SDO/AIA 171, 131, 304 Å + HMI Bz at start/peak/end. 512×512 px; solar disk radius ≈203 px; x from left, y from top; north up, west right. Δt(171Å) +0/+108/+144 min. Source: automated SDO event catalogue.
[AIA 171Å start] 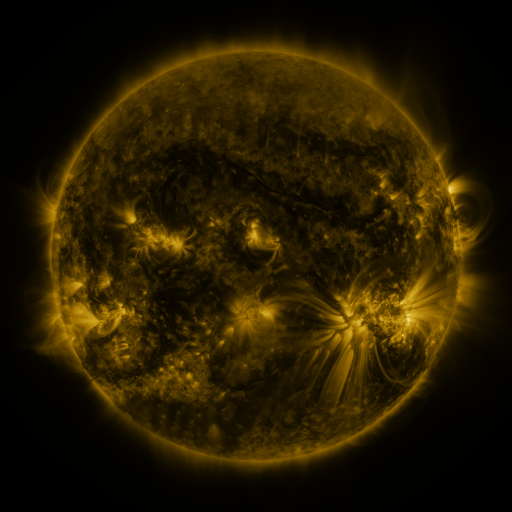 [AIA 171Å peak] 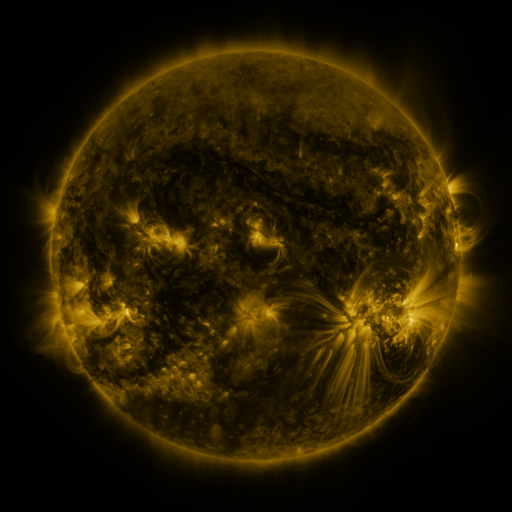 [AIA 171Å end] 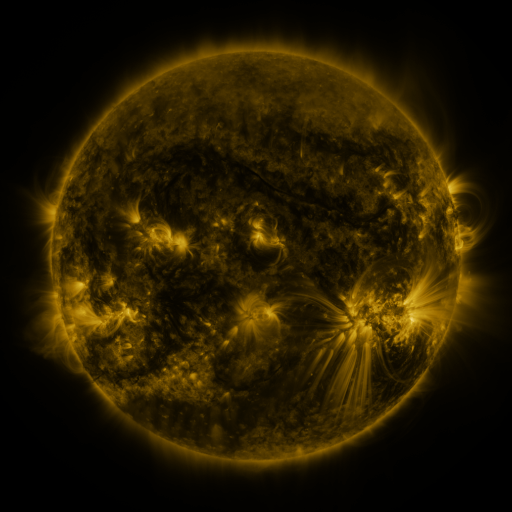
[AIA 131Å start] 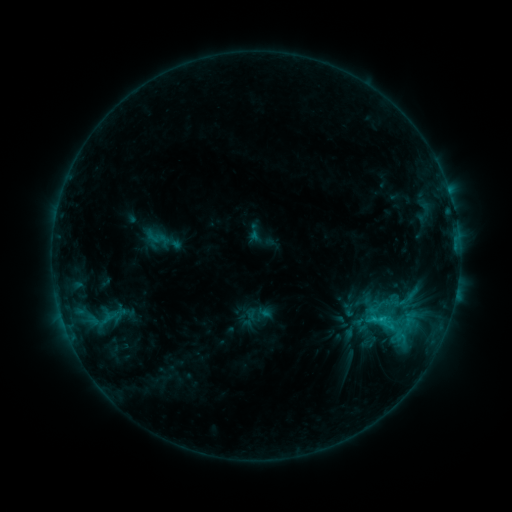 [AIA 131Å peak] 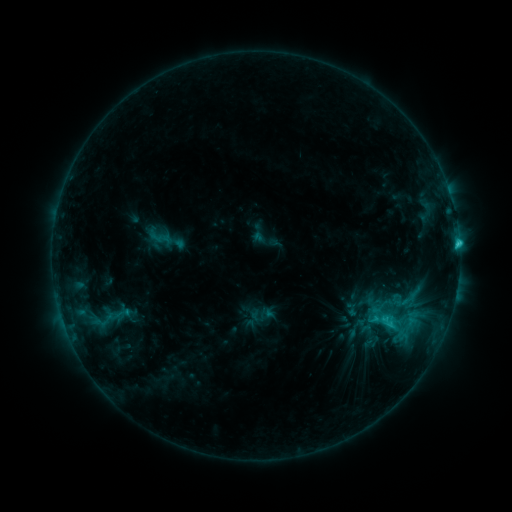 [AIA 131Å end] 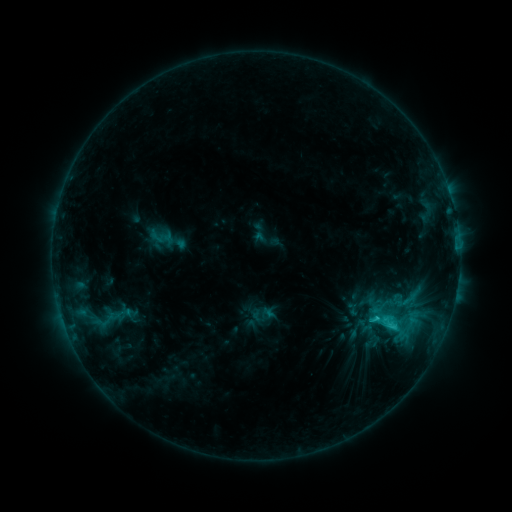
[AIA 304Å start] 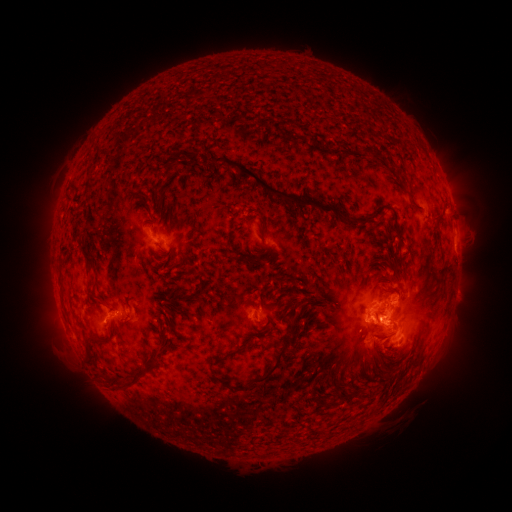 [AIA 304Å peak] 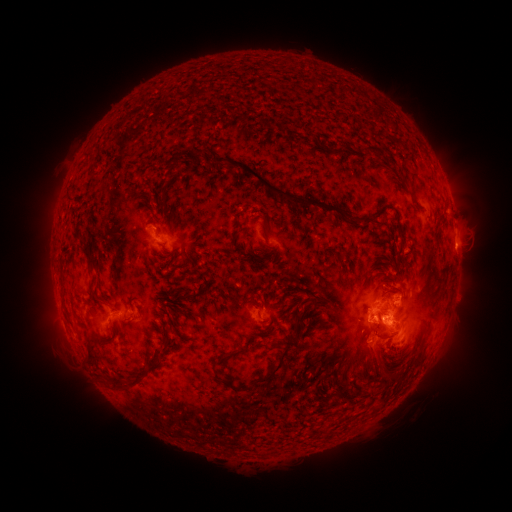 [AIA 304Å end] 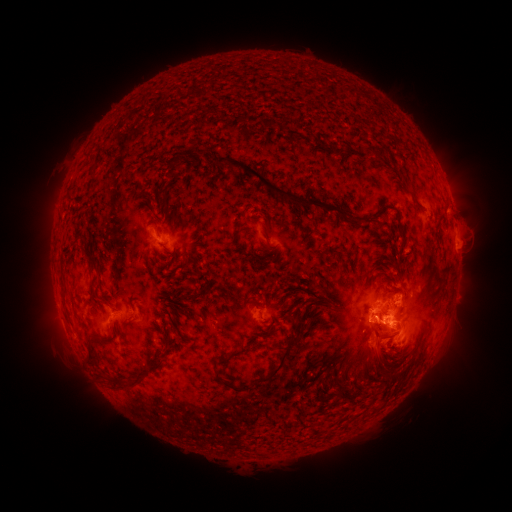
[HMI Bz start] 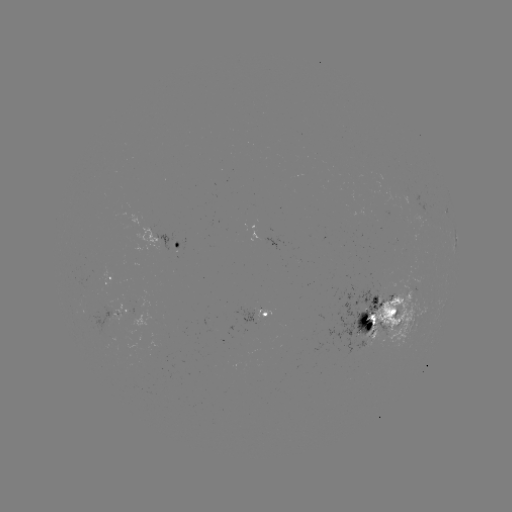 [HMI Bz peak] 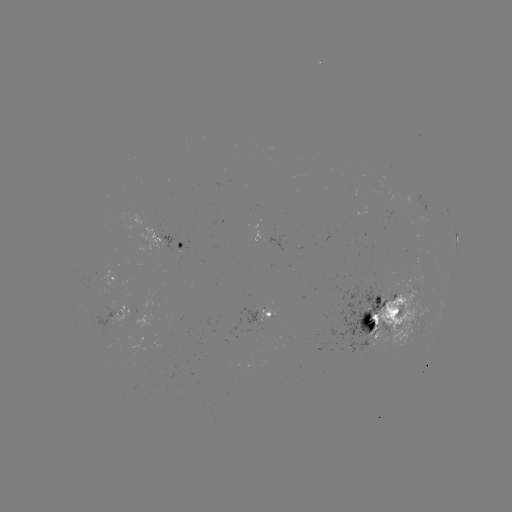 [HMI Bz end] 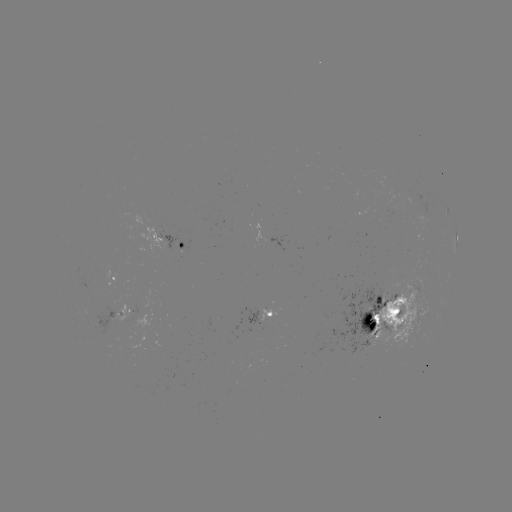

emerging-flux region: <bbox>150, 338, 161, 348</bbox>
